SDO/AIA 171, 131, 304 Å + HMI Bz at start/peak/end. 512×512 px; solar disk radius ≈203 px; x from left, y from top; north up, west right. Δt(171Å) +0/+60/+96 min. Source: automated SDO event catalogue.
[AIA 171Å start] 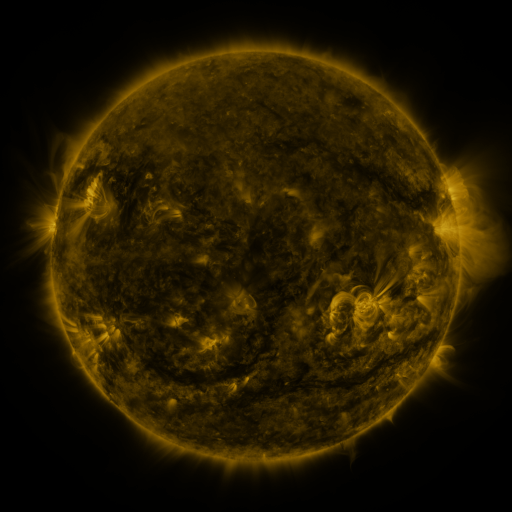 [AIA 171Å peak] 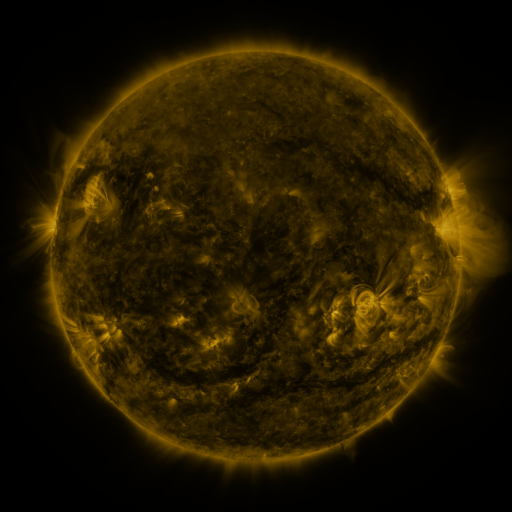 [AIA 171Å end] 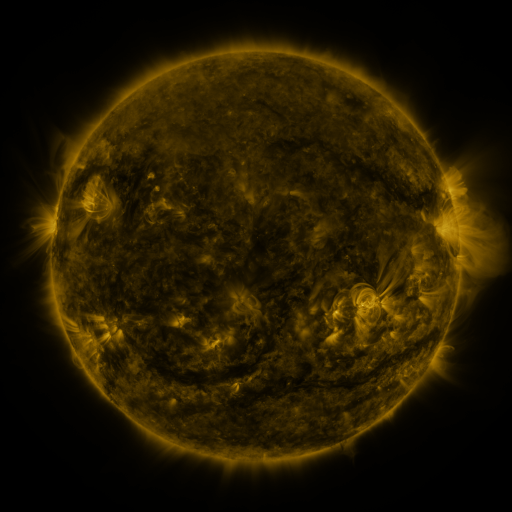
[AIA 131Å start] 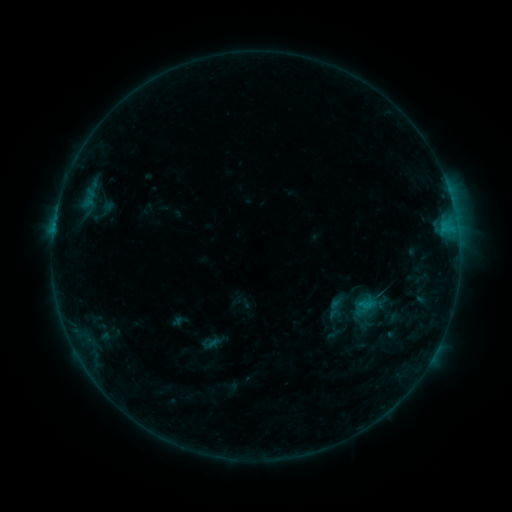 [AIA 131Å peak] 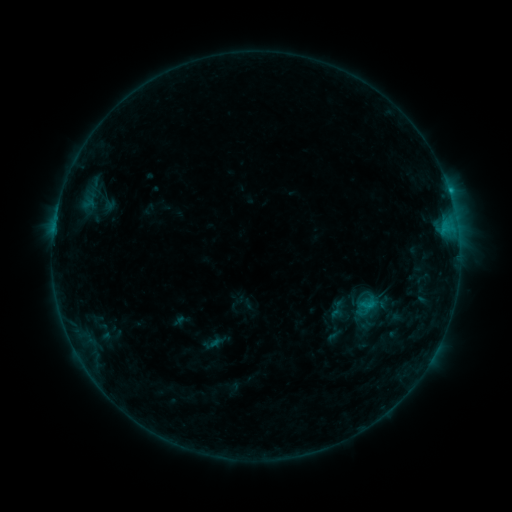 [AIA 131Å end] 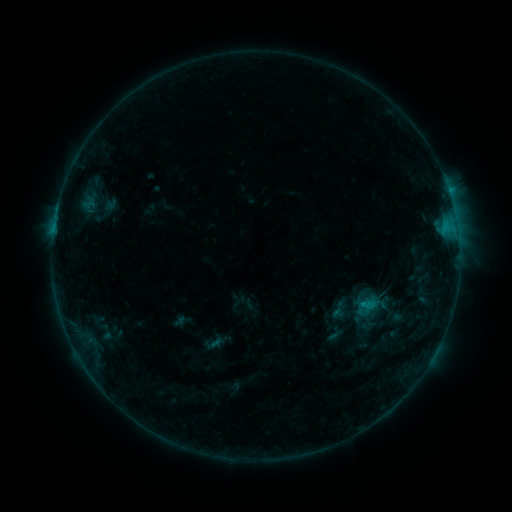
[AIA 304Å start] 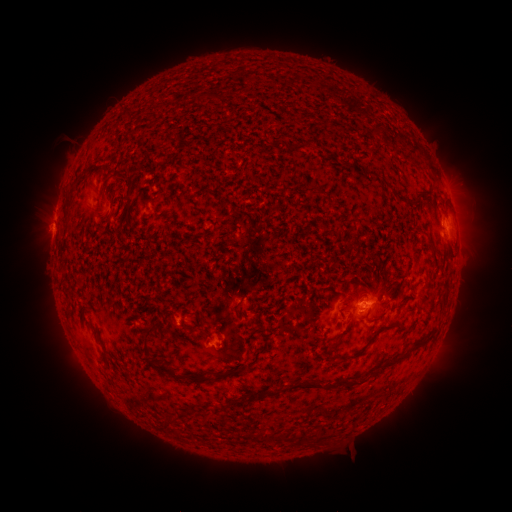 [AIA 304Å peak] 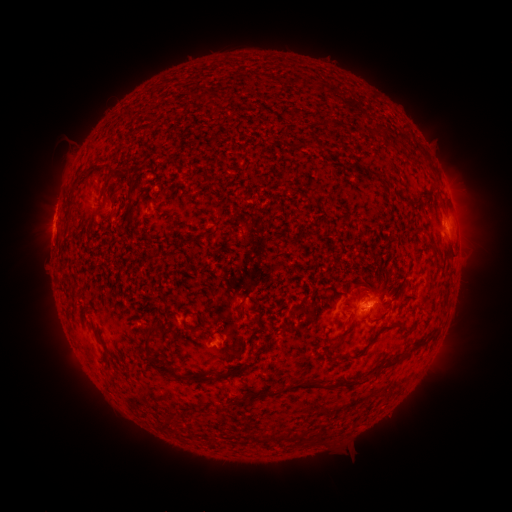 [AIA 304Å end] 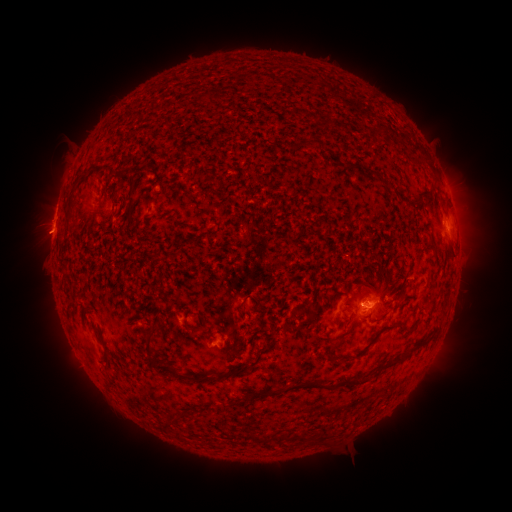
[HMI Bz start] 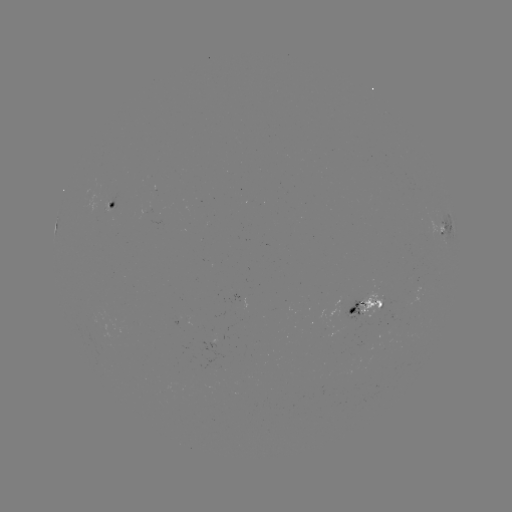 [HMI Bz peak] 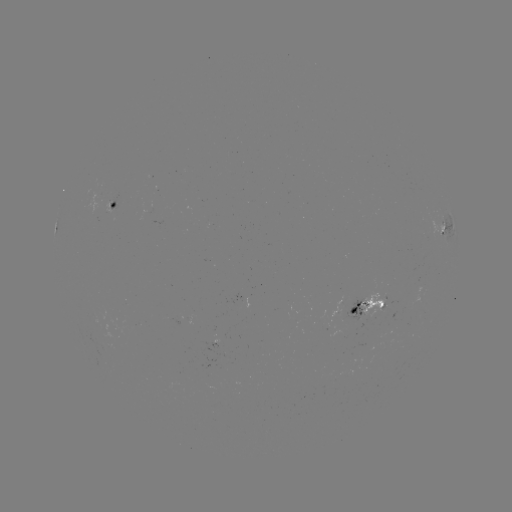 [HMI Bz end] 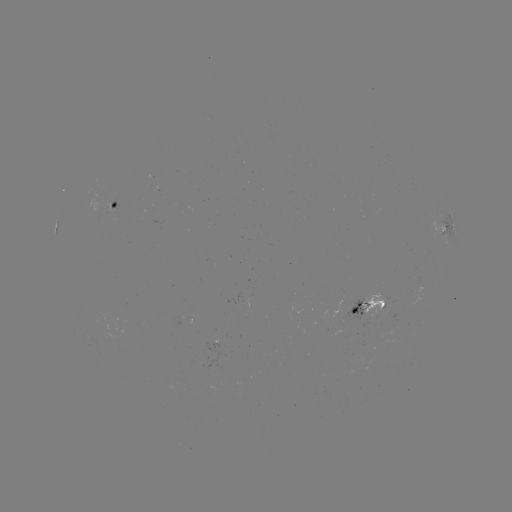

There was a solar emerging-flux region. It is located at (97, 198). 